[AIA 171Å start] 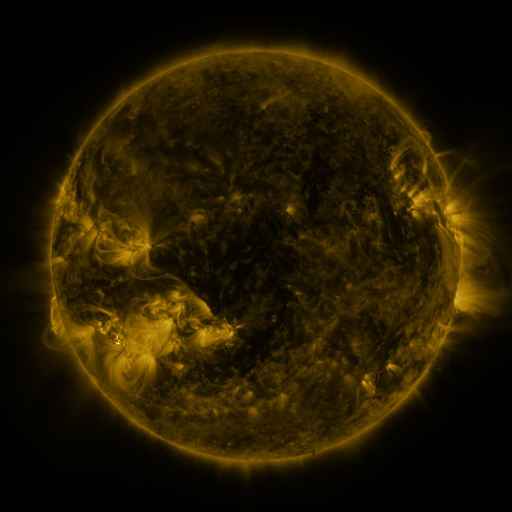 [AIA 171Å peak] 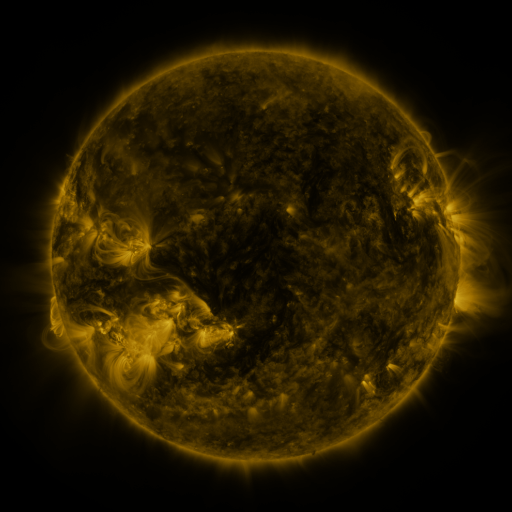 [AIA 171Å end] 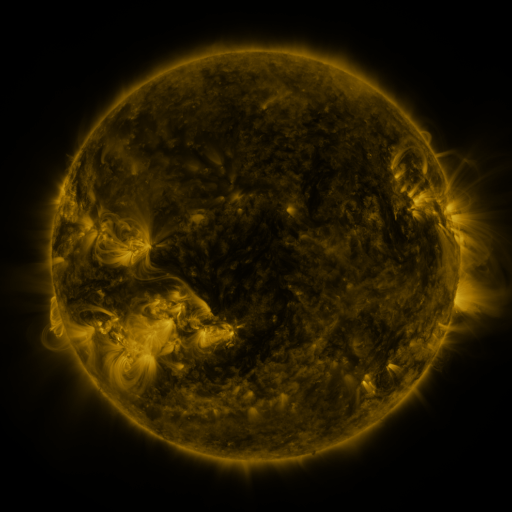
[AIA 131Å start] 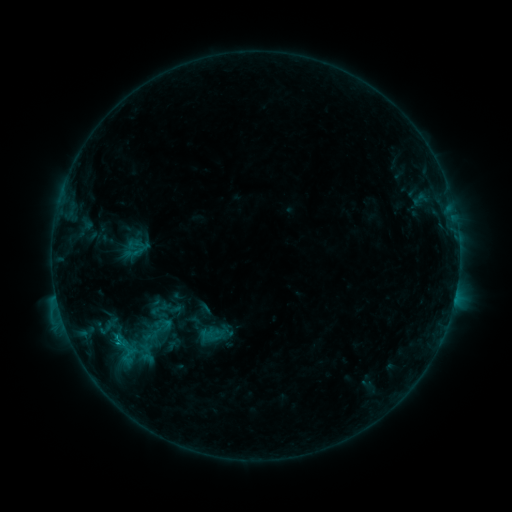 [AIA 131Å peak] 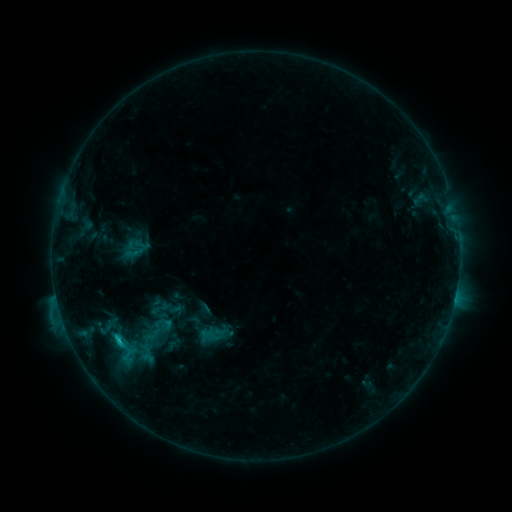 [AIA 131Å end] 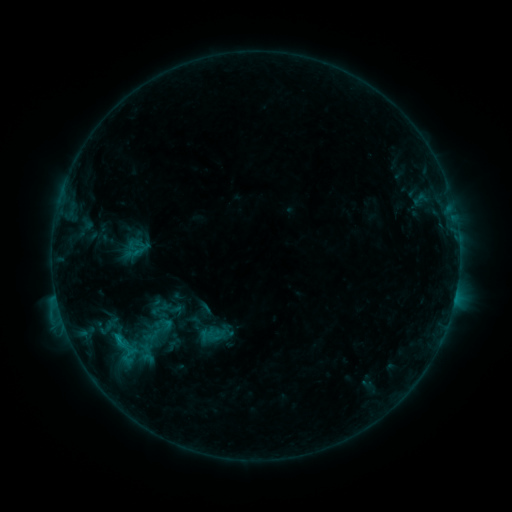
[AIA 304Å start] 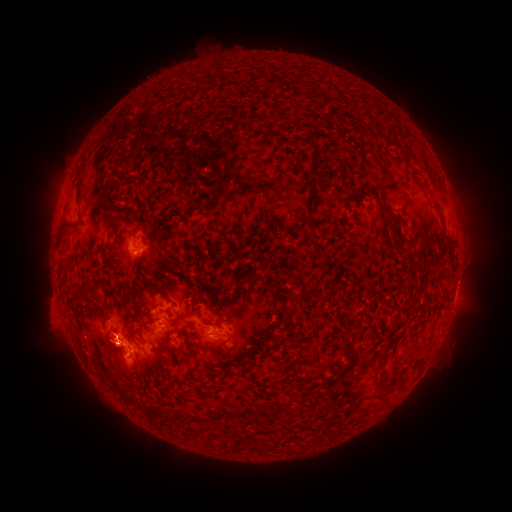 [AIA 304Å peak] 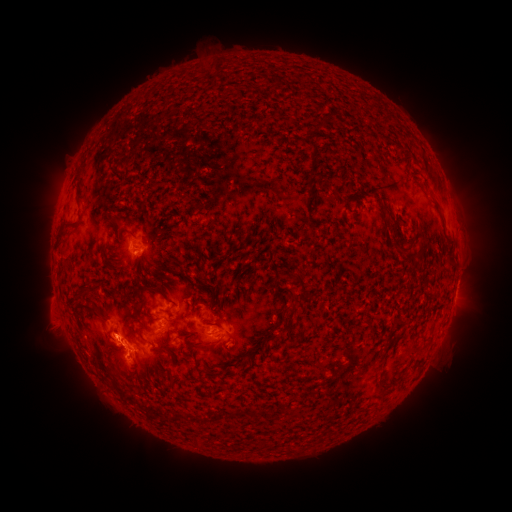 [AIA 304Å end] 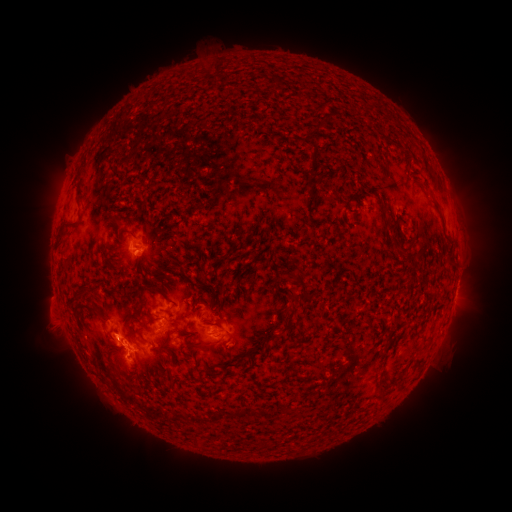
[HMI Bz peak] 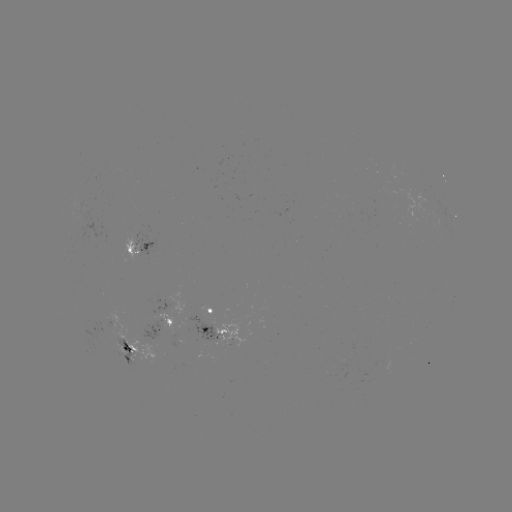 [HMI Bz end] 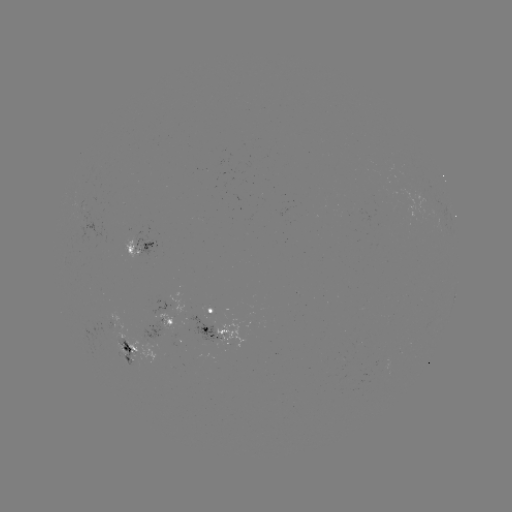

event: flare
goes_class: C1.3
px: (118, 338)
